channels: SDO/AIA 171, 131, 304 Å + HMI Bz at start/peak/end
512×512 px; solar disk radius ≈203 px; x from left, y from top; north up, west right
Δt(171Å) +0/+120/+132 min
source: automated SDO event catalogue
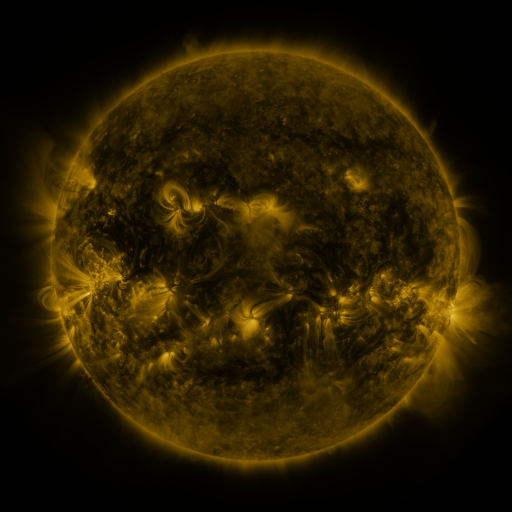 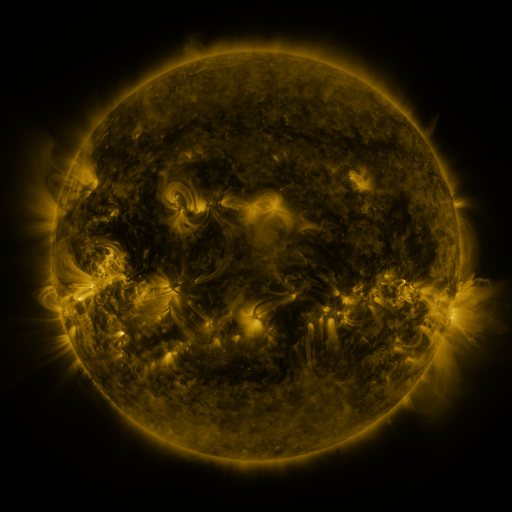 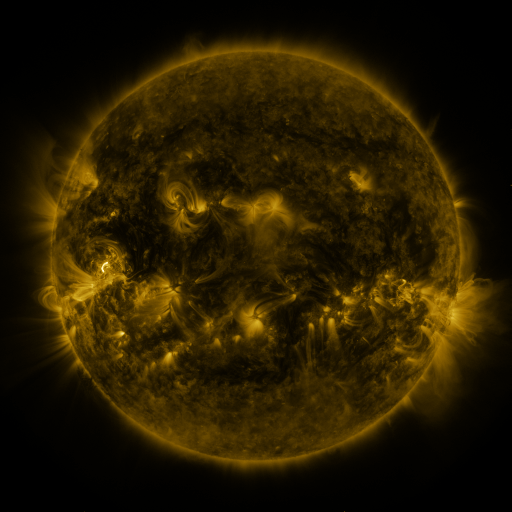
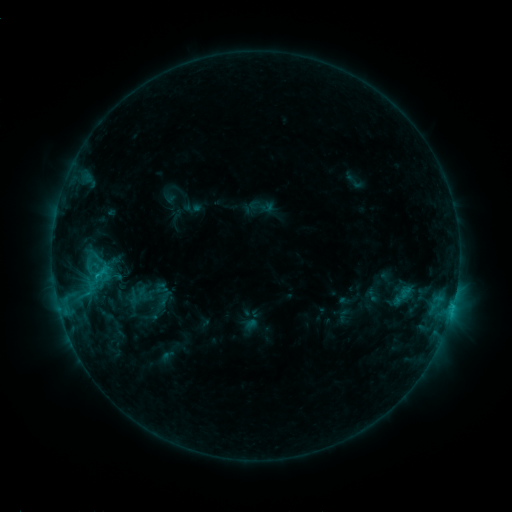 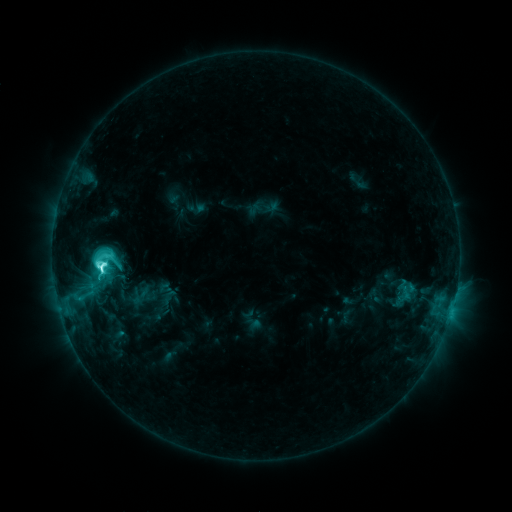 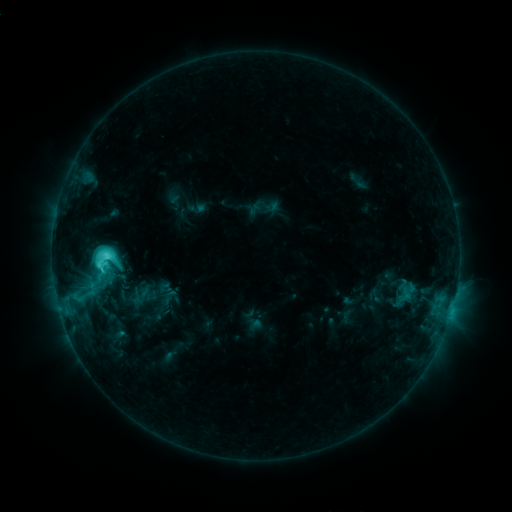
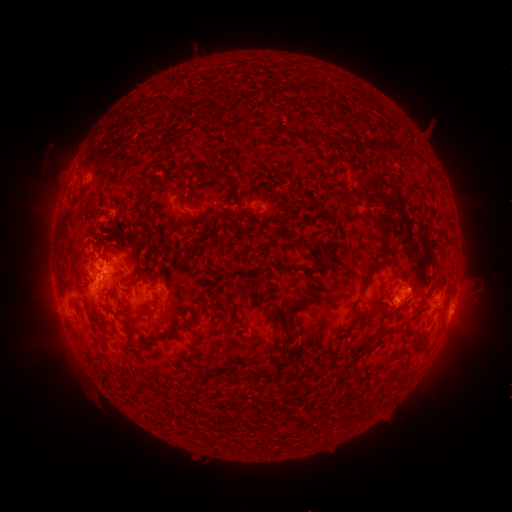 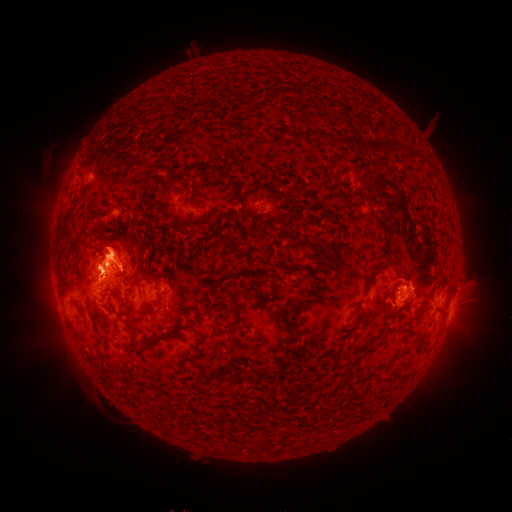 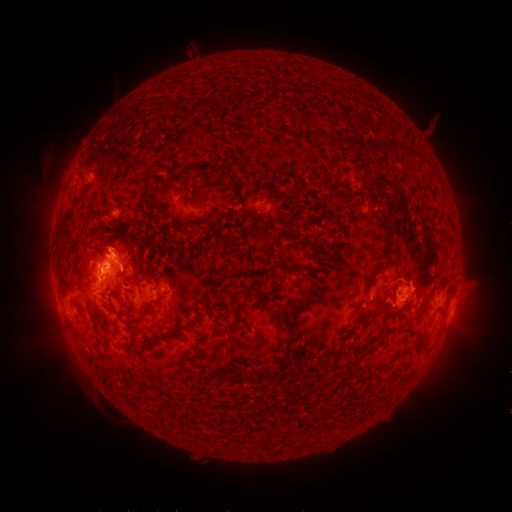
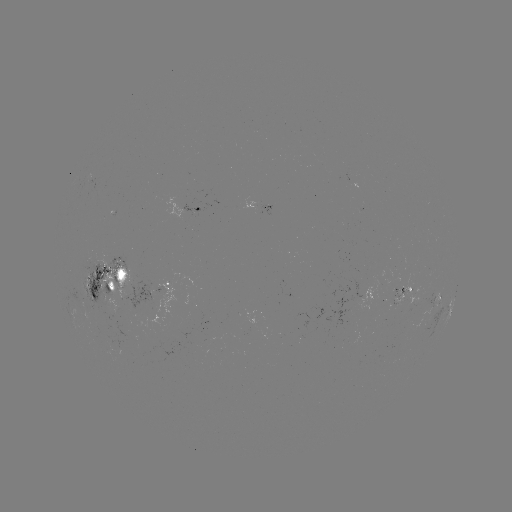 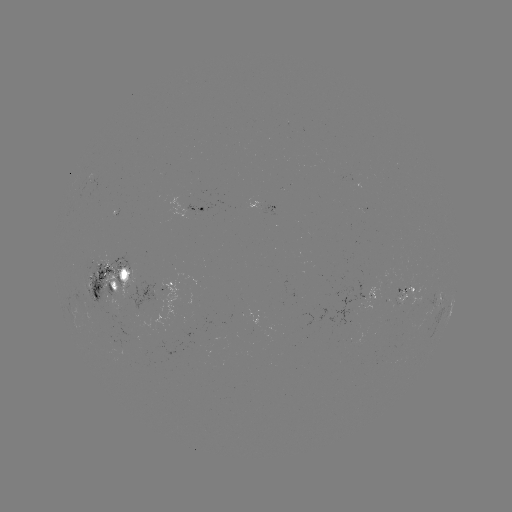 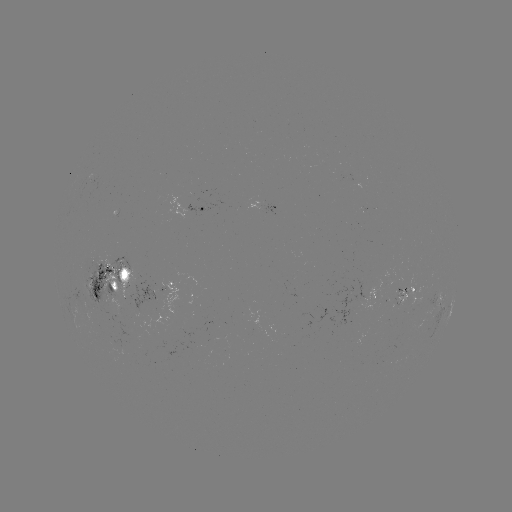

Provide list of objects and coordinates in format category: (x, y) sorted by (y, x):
emerging-flux region: (401, 297)
